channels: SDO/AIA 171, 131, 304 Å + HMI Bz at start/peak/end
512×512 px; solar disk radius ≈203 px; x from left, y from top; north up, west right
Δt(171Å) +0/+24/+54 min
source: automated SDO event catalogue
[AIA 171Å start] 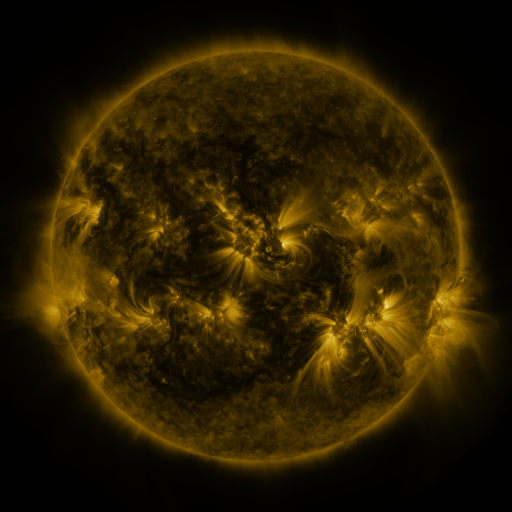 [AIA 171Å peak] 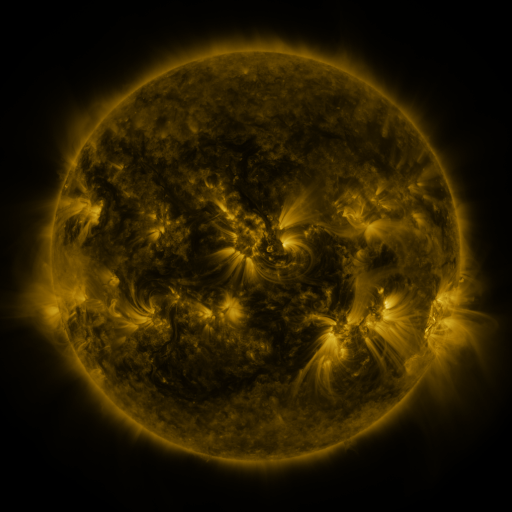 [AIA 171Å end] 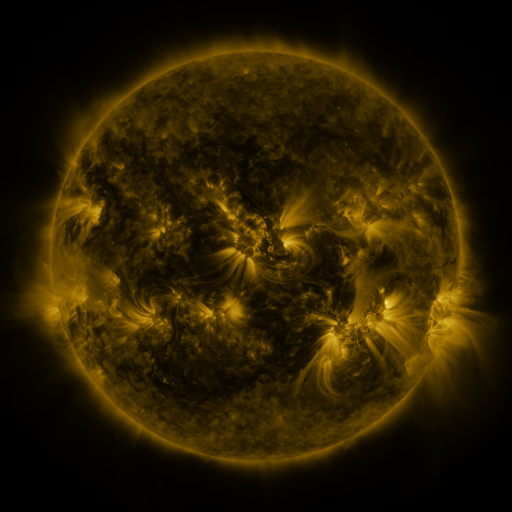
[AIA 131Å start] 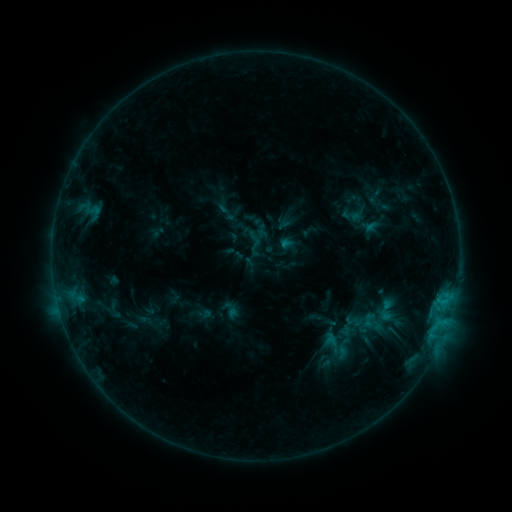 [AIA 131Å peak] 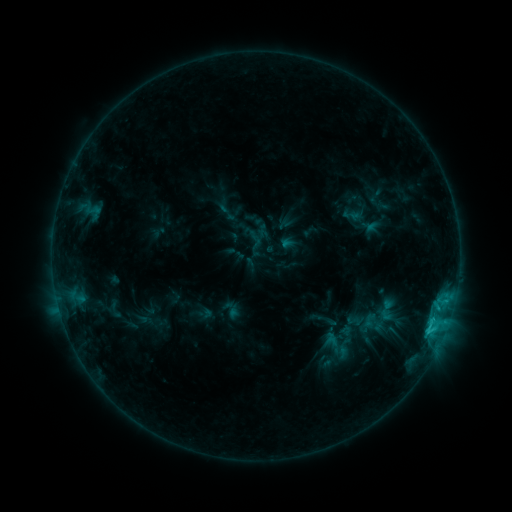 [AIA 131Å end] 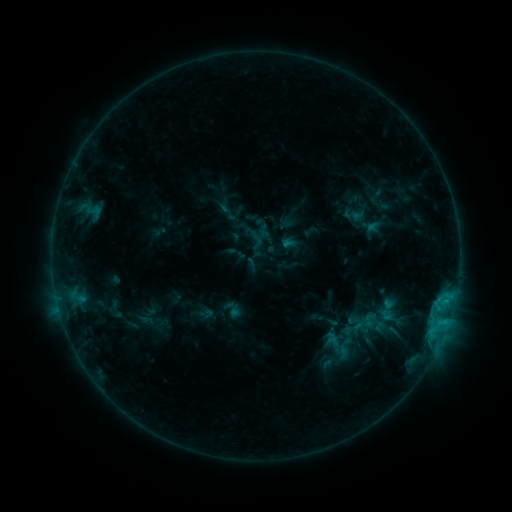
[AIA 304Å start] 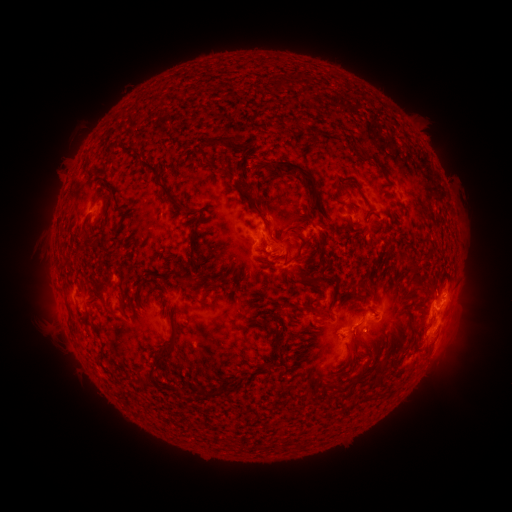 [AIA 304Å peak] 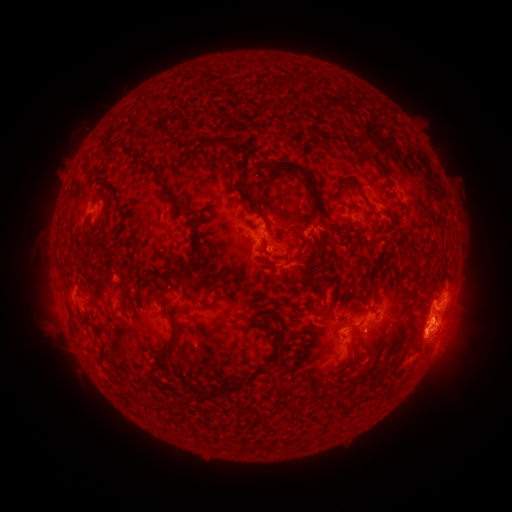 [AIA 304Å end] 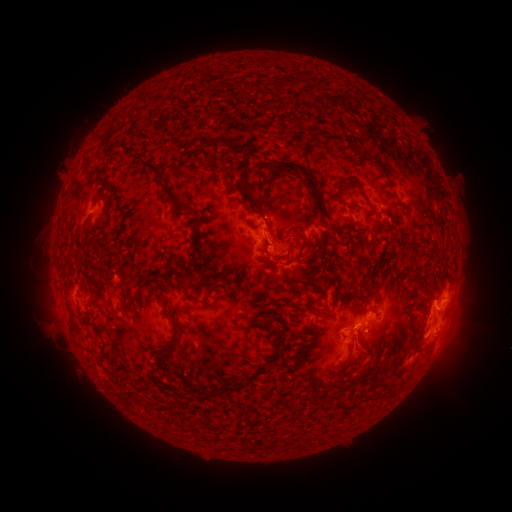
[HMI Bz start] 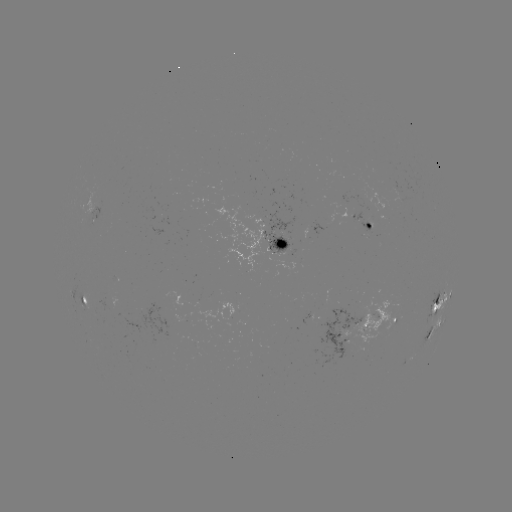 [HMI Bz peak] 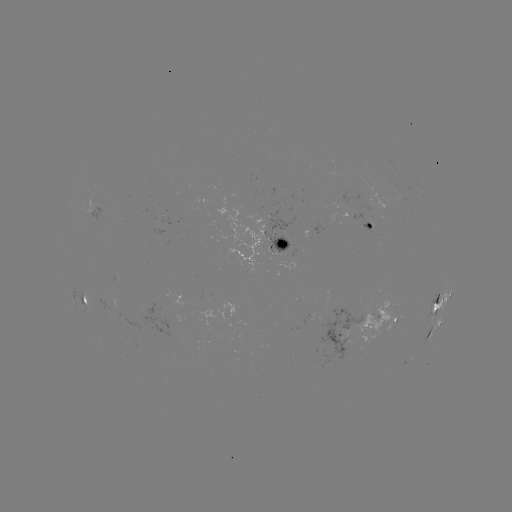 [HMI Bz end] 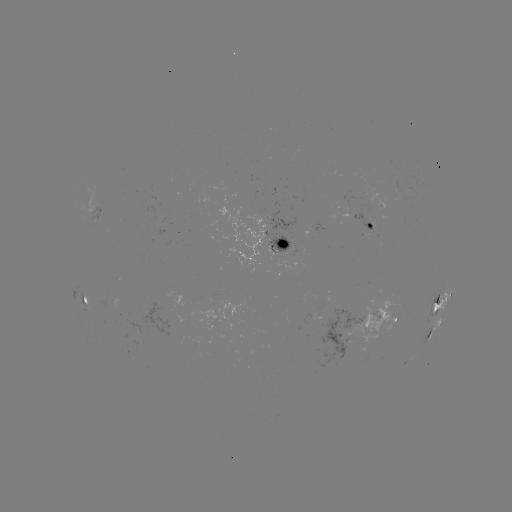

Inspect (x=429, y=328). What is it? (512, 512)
C1.8 flare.